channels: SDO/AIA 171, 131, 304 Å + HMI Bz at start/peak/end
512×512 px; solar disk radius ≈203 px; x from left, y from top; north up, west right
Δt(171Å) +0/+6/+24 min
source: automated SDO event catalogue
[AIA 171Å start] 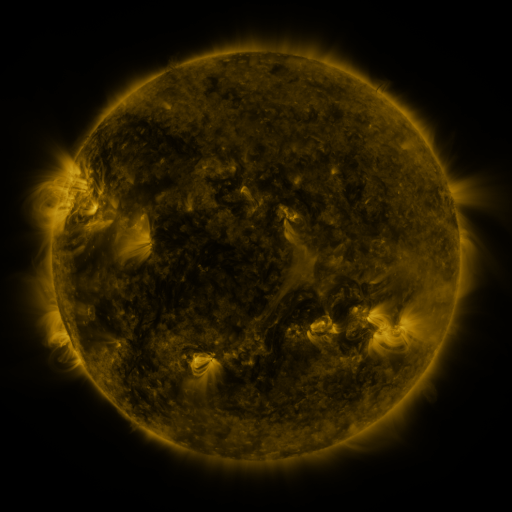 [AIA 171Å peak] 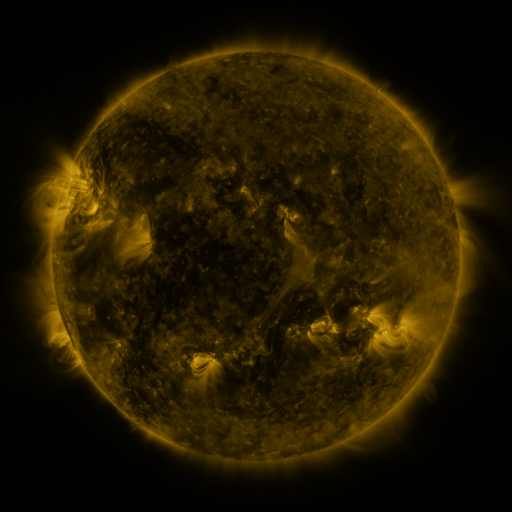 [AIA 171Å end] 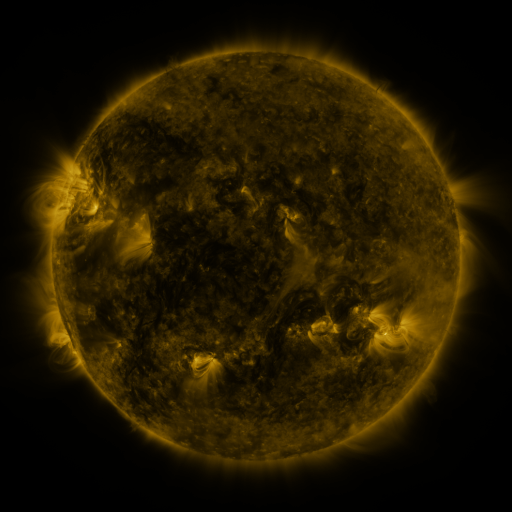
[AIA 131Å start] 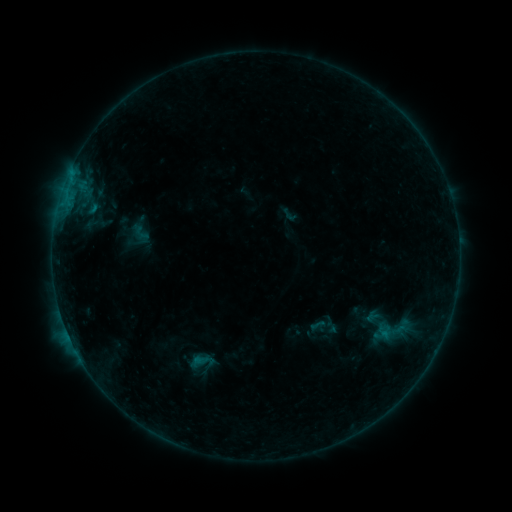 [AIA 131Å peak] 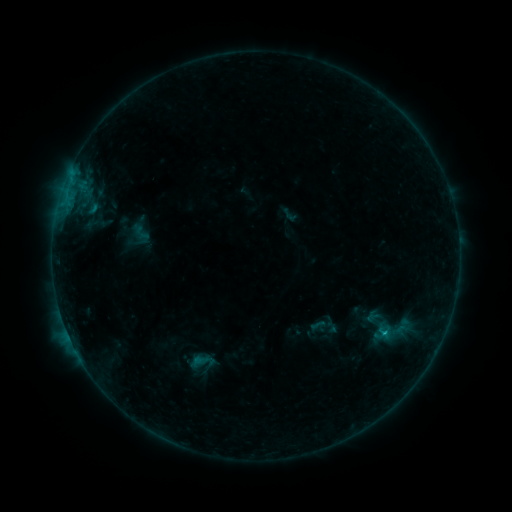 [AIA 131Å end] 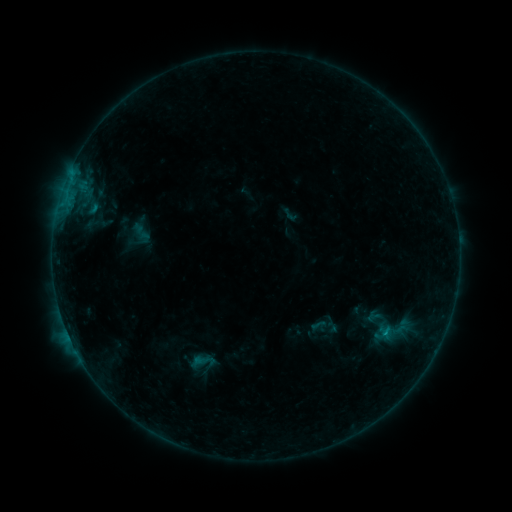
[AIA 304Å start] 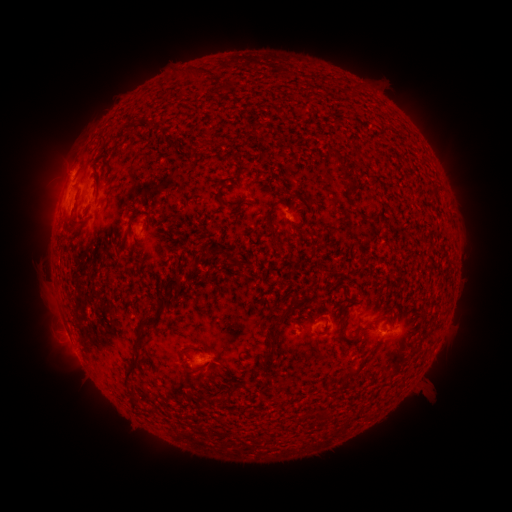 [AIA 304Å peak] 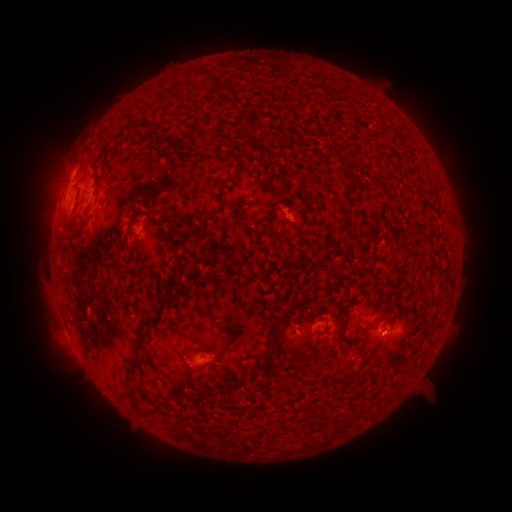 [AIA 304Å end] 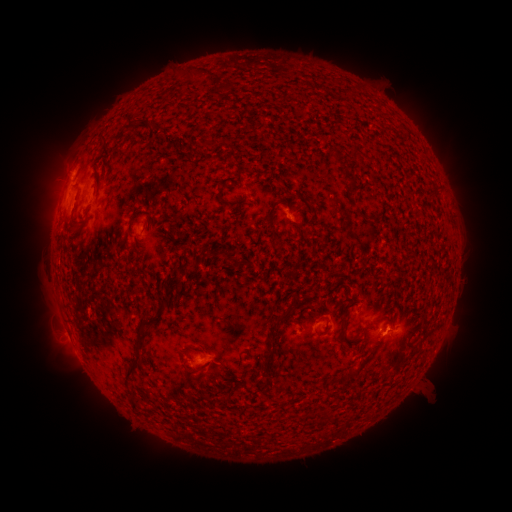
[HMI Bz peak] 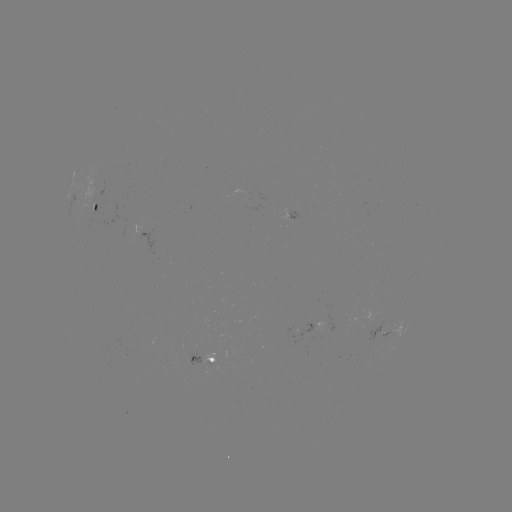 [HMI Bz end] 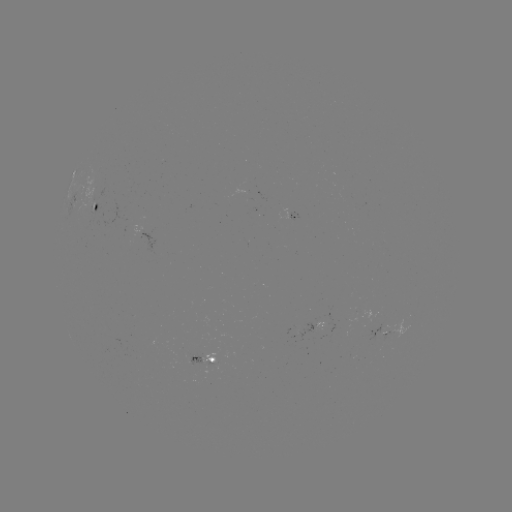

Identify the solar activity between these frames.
B5.0 flare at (384, 332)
